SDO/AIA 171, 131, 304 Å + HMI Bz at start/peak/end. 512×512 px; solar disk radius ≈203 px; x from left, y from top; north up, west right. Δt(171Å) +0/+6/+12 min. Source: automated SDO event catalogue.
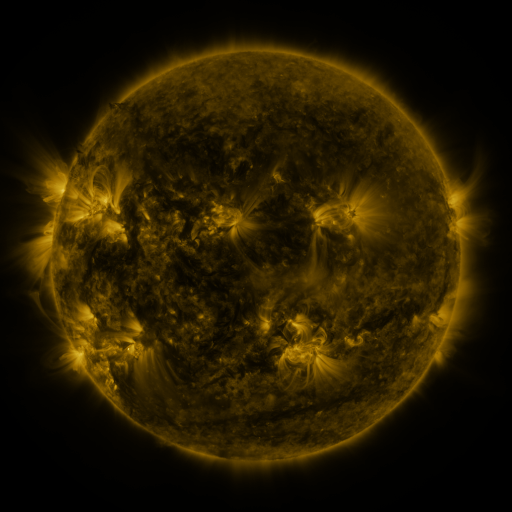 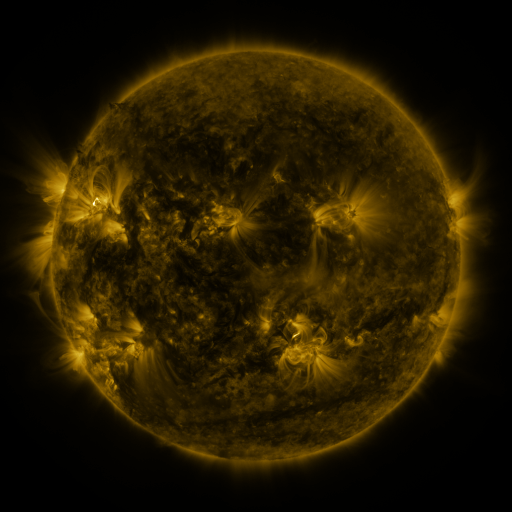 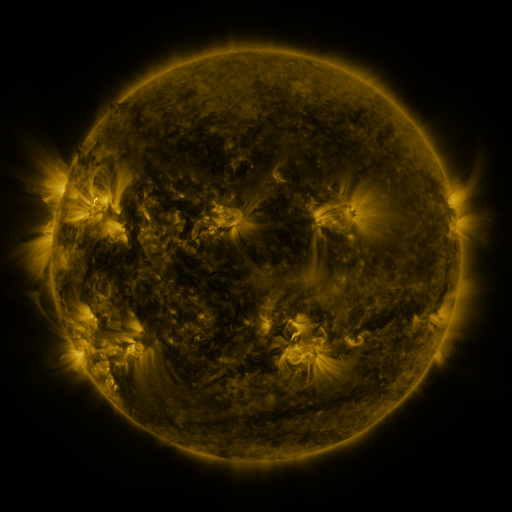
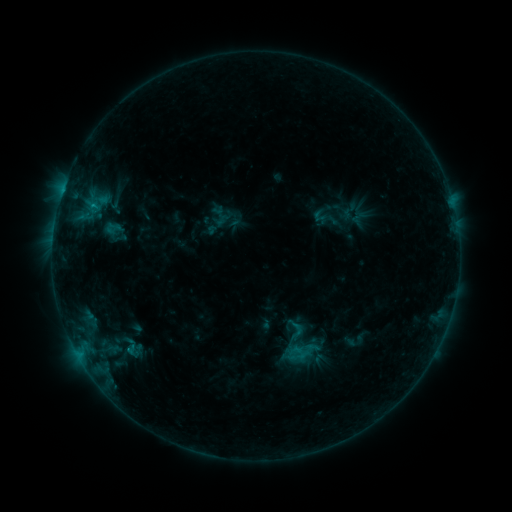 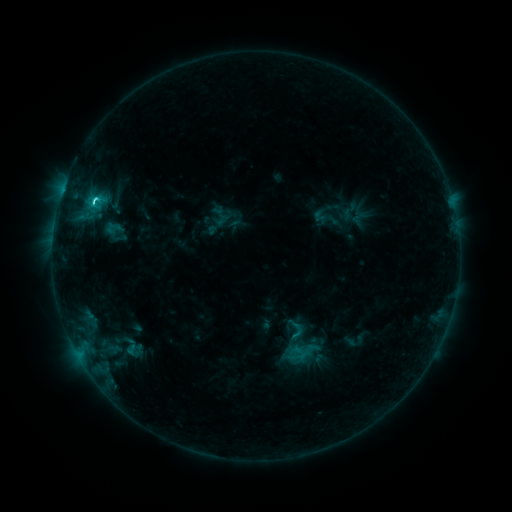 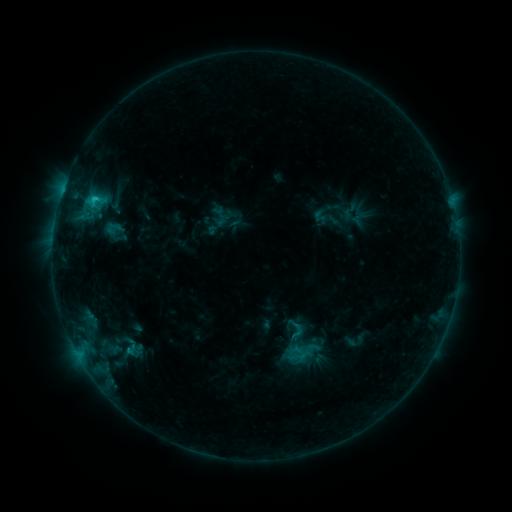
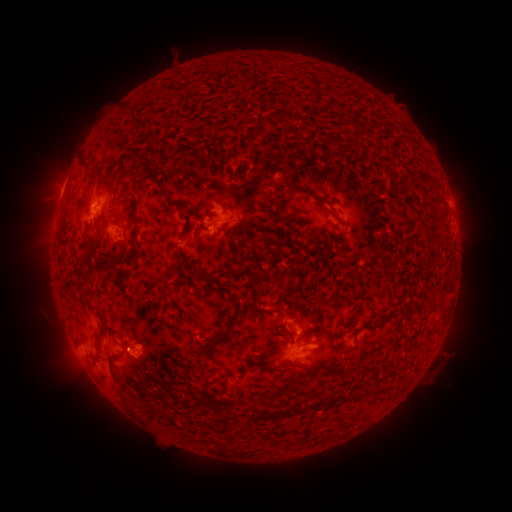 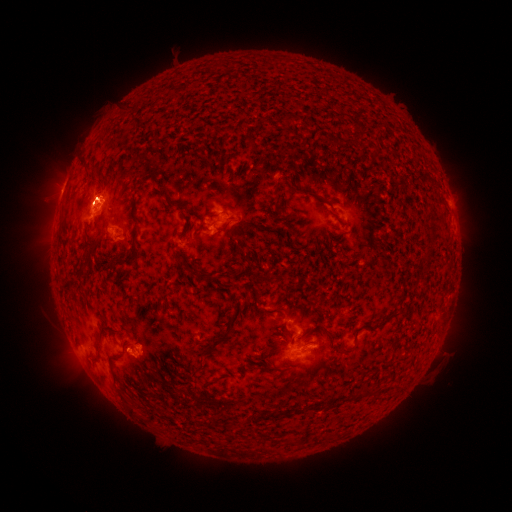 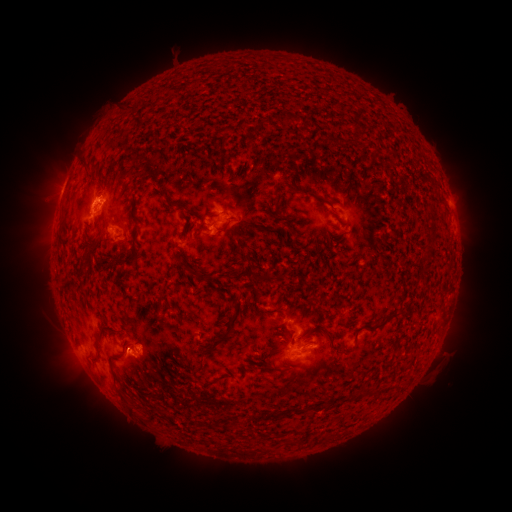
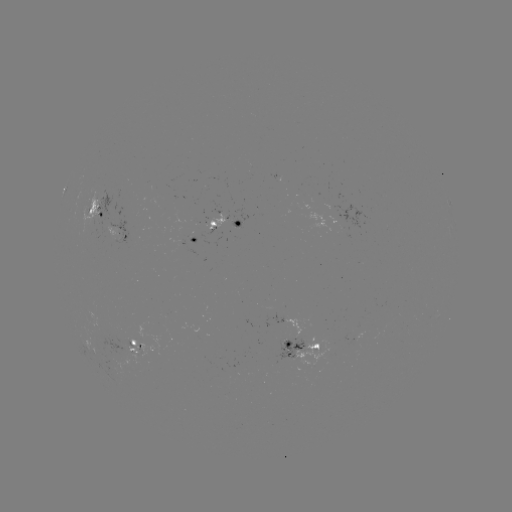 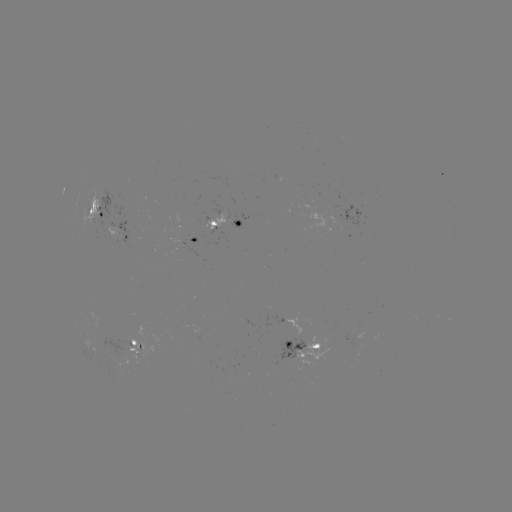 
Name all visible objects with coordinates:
C2.2 flare: (95, 205)
